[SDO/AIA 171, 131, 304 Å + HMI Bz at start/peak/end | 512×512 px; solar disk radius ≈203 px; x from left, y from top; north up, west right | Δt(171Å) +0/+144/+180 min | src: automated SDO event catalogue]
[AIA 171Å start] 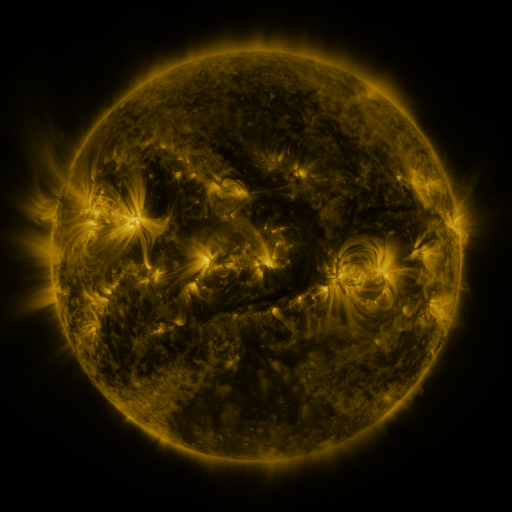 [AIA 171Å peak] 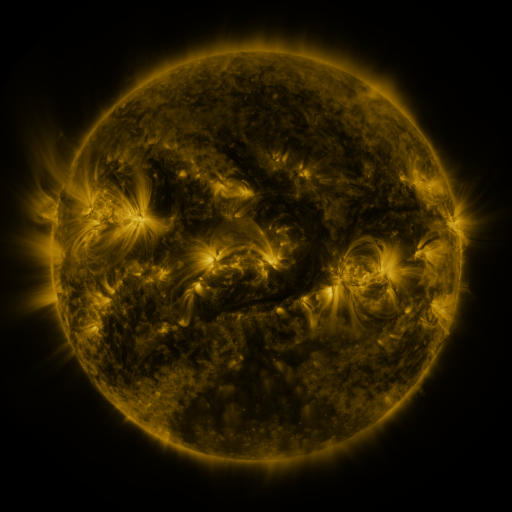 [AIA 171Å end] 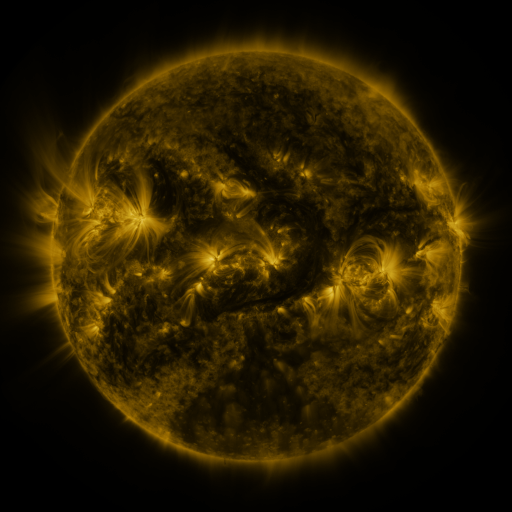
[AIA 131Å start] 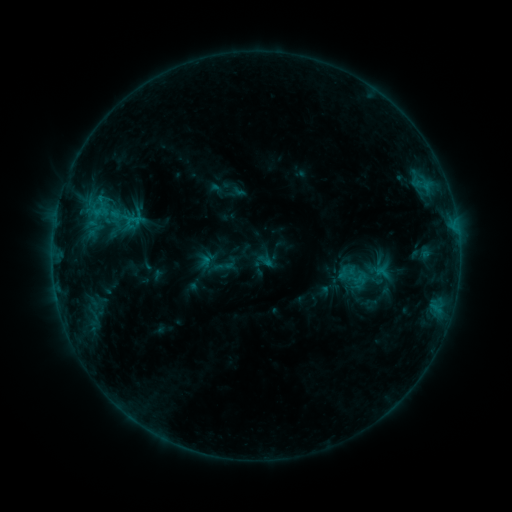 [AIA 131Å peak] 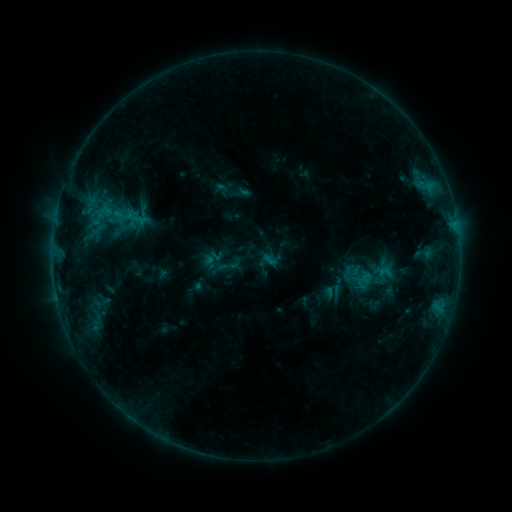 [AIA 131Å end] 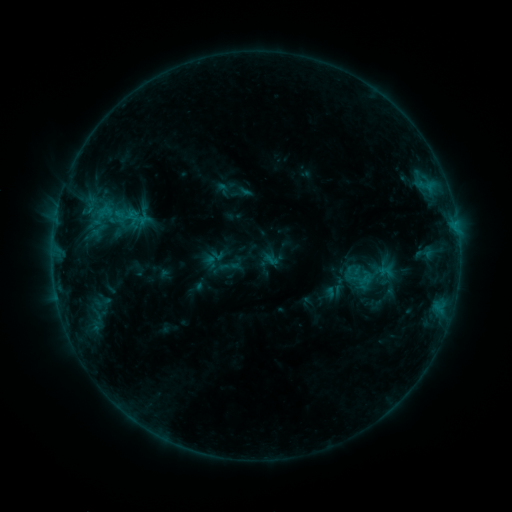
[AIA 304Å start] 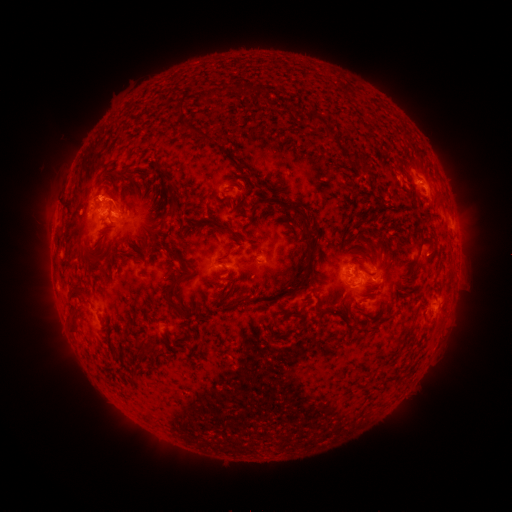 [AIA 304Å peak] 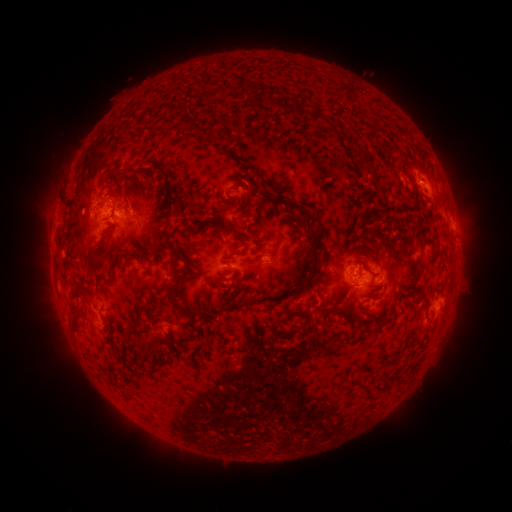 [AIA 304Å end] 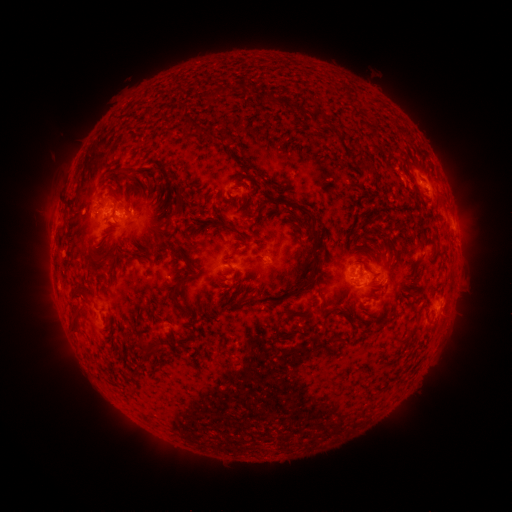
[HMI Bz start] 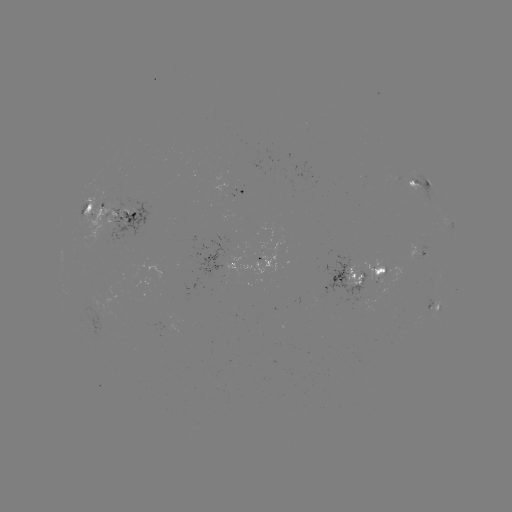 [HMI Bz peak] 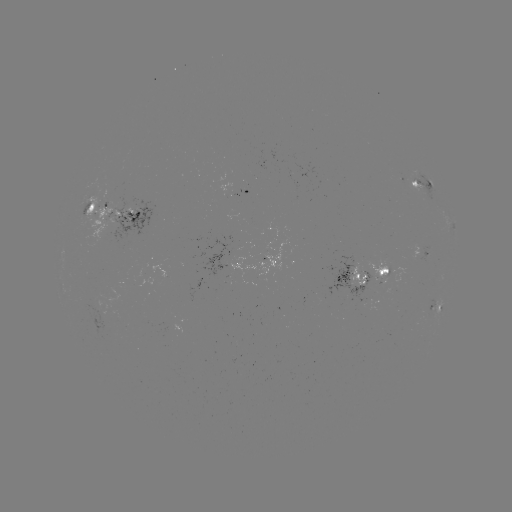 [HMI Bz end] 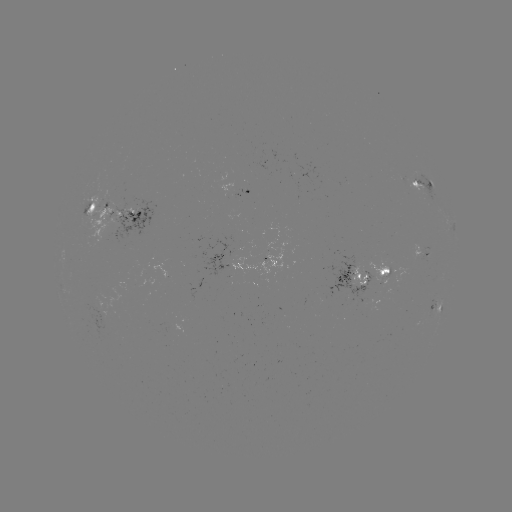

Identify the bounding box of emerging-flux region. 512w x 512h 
[77, 306, 121, 335].